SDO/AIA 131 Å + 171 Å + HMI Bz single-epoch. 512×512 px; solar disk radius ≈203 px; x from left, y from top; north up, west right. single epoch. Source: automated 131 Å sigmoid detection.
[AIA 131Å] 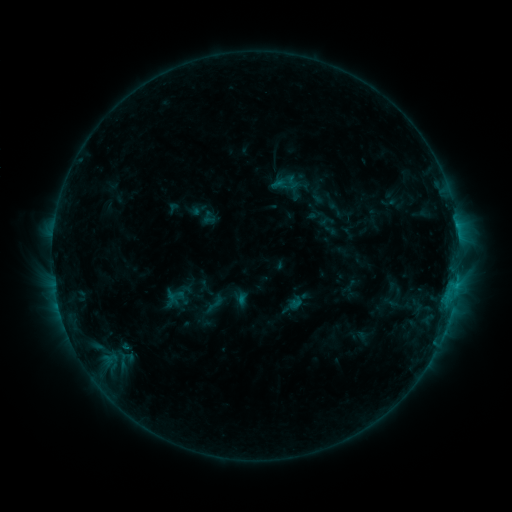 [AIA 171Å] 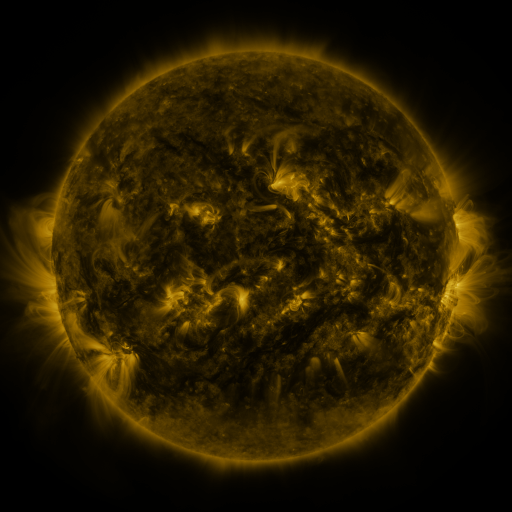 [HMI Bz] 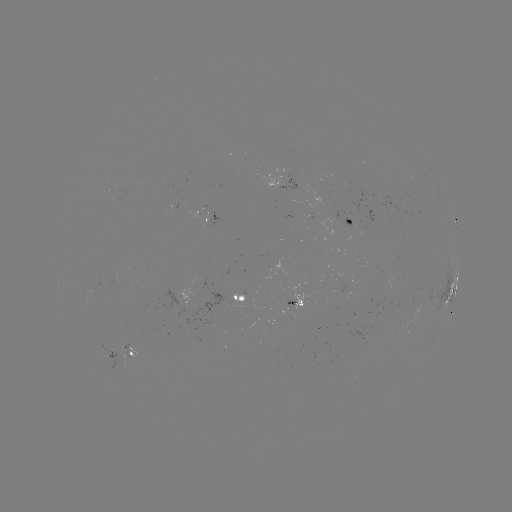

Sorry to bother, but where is sigmoid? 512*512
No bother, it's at (214, 304).